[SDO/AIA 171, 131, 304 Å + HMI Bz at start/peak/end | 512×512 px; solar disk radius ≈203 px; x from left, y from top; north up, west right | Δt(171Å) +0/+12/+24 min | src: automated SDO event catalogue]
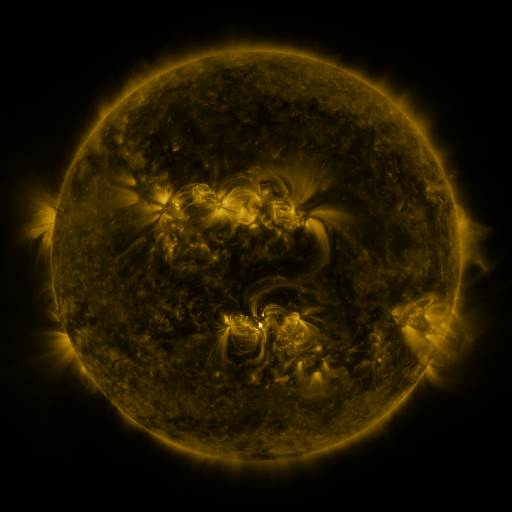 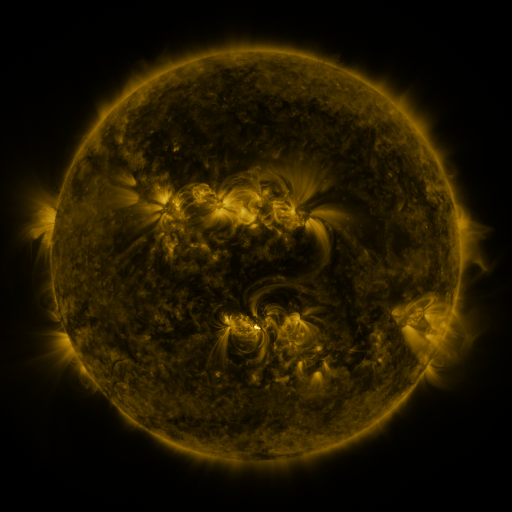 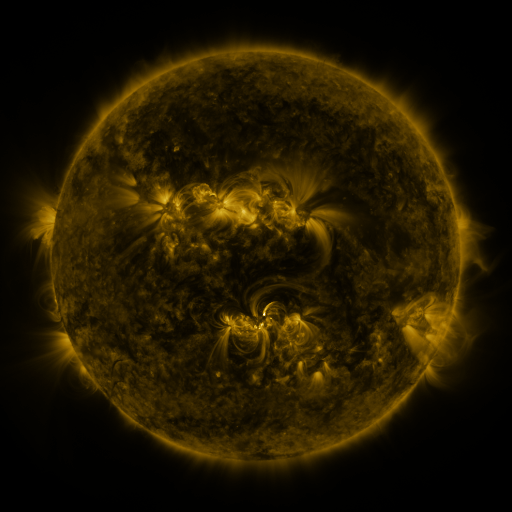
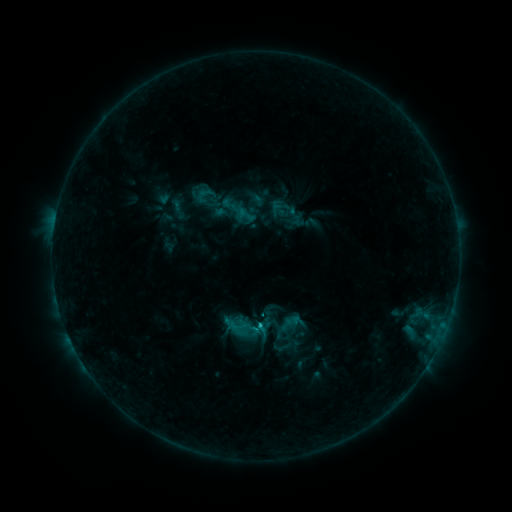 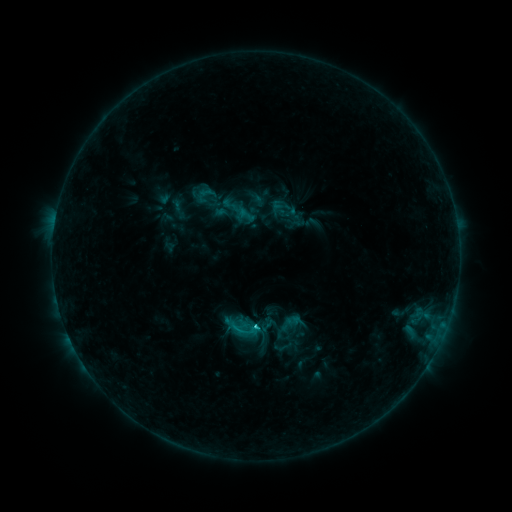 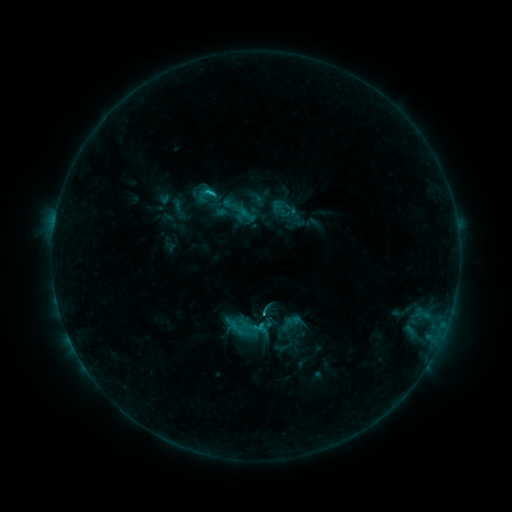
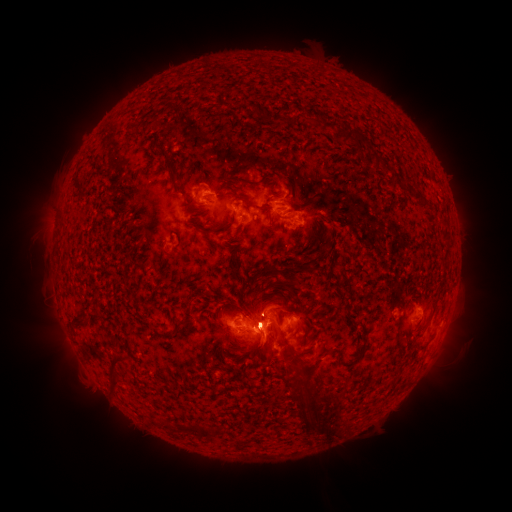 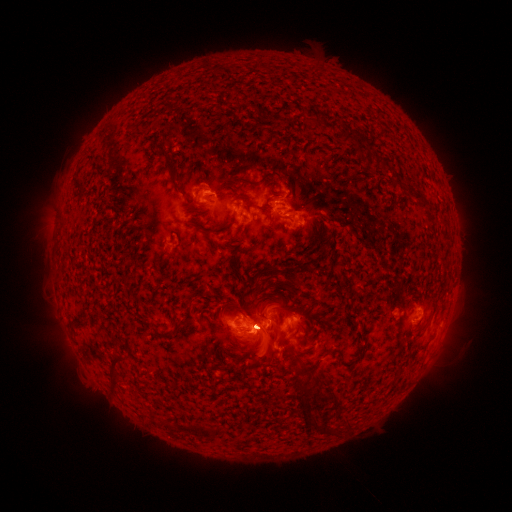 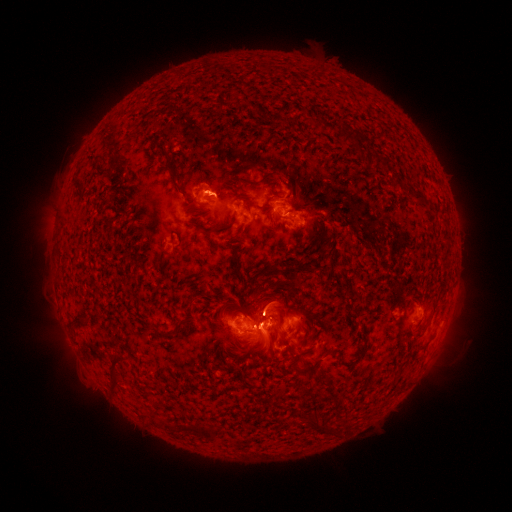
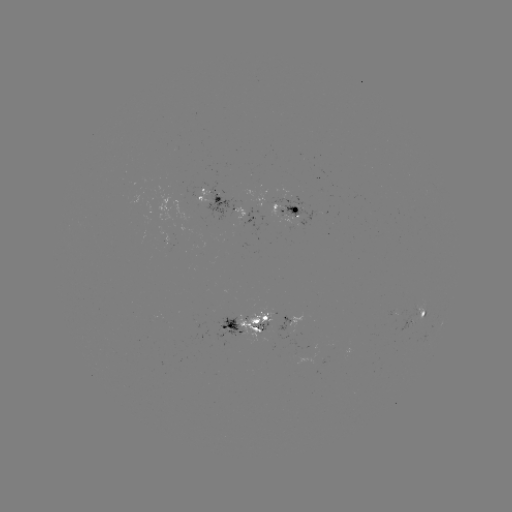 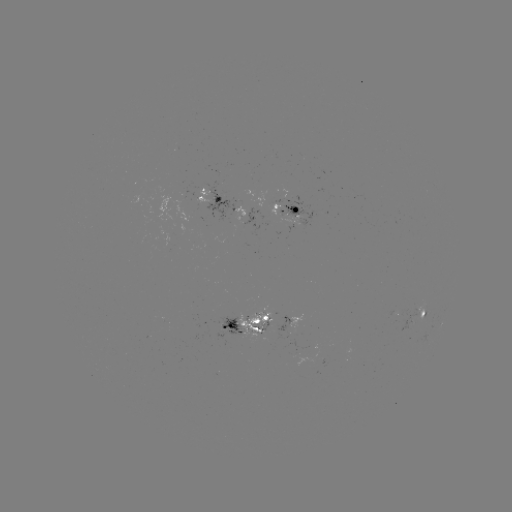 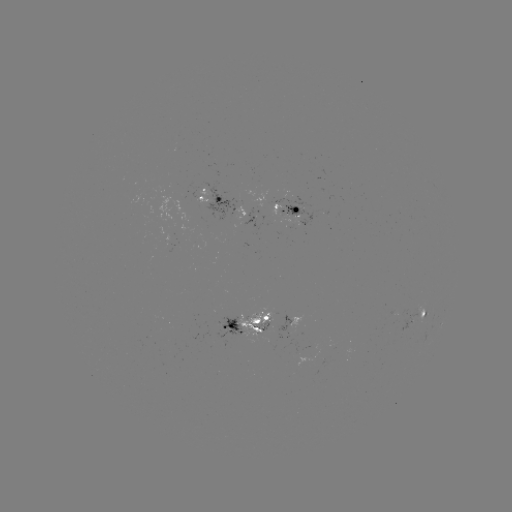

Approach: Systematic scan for eruption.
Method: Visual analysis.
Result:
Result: eruption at (259, 324).